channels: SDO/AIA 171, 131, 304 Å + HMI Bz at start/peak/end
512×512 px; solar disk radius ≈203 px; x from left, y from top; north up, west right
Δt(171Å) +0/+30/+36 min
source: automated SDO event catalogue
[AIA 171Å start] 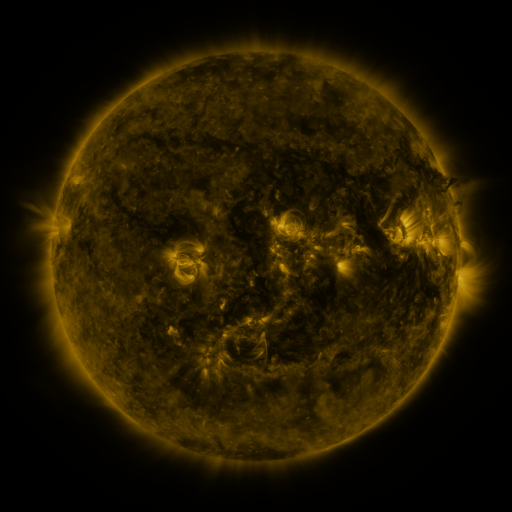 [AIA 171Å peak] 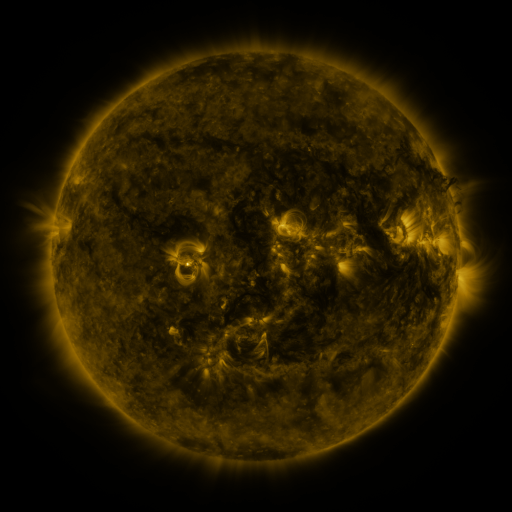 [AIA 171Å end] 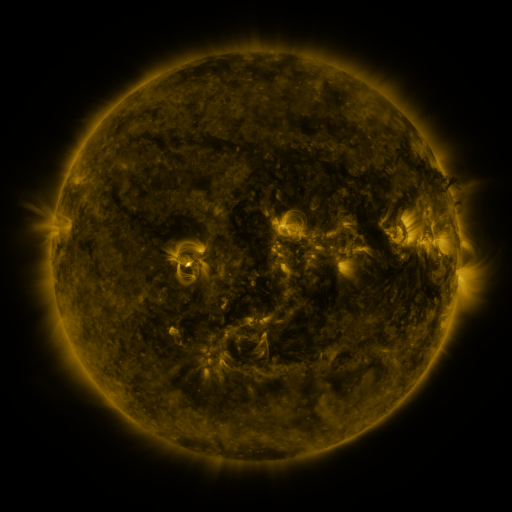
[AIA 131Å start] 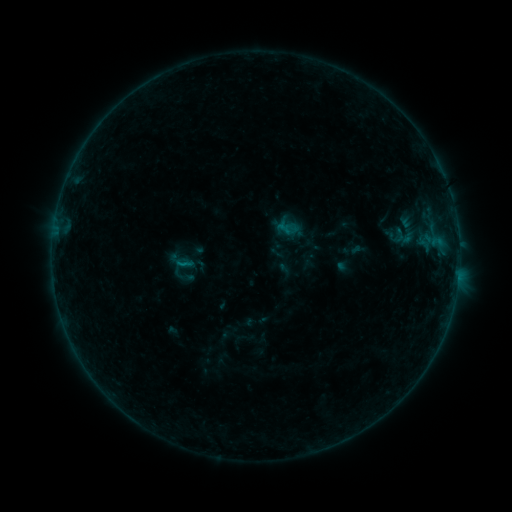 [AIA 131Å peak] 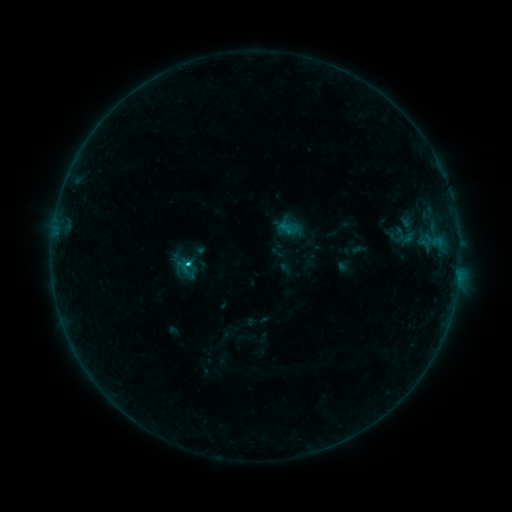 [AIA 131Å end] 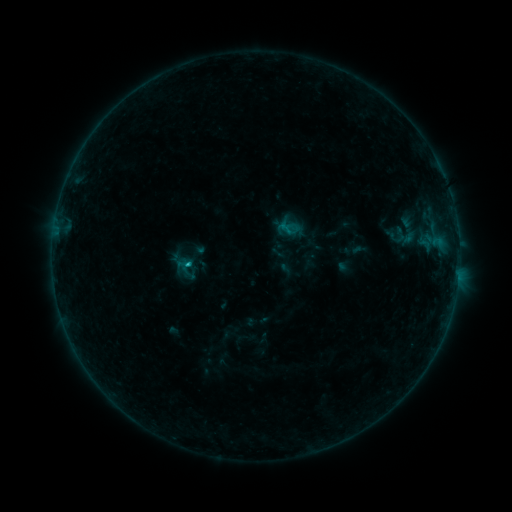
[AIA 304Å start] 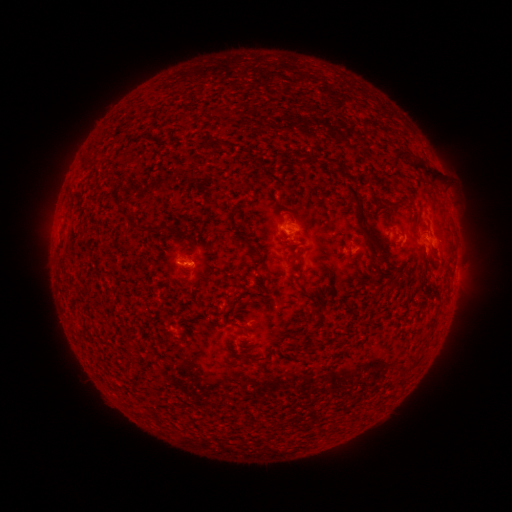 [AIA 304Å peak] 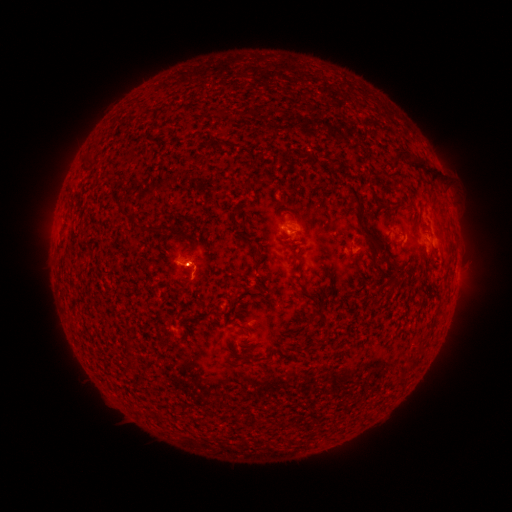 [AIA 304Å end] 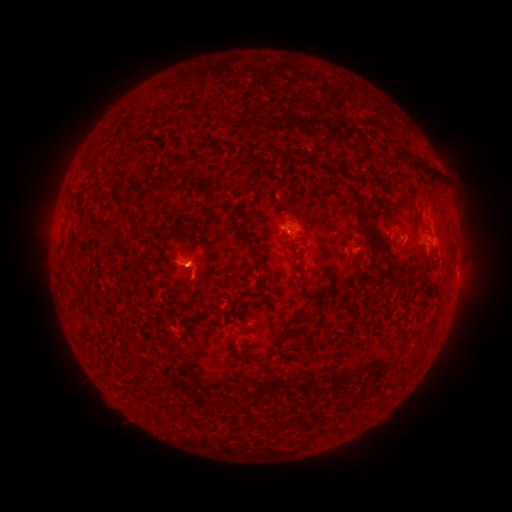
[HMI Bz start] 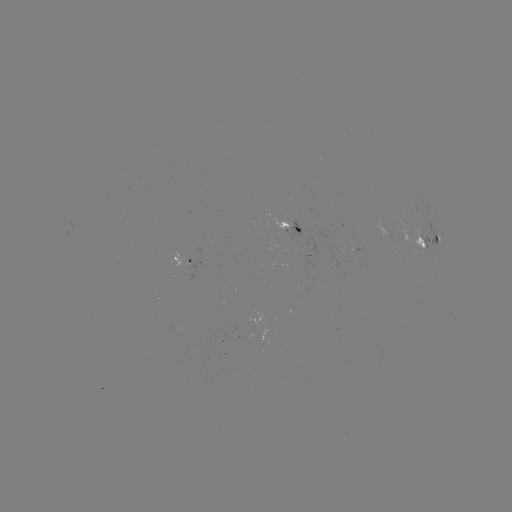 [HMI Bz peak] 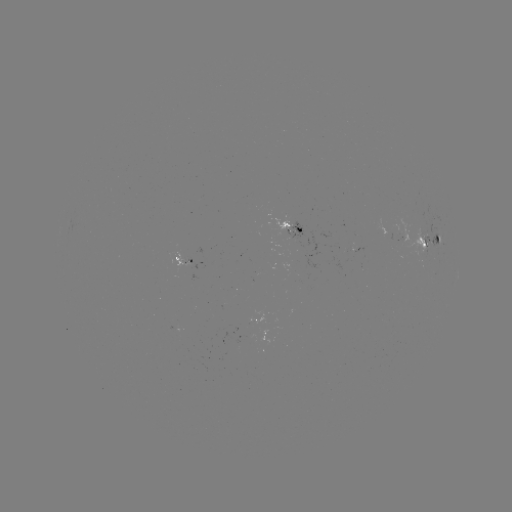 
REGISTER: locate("B9.2 flare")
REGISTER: (189, 266)